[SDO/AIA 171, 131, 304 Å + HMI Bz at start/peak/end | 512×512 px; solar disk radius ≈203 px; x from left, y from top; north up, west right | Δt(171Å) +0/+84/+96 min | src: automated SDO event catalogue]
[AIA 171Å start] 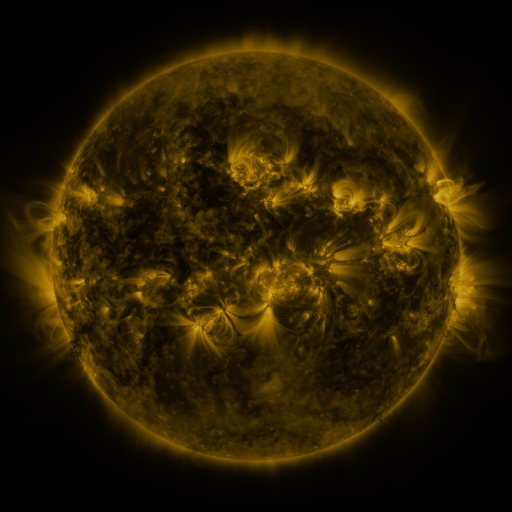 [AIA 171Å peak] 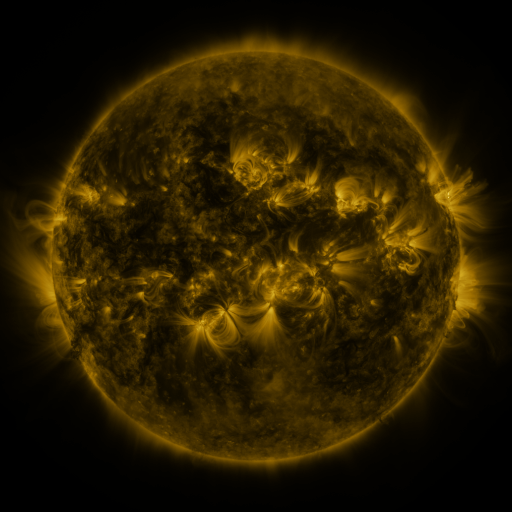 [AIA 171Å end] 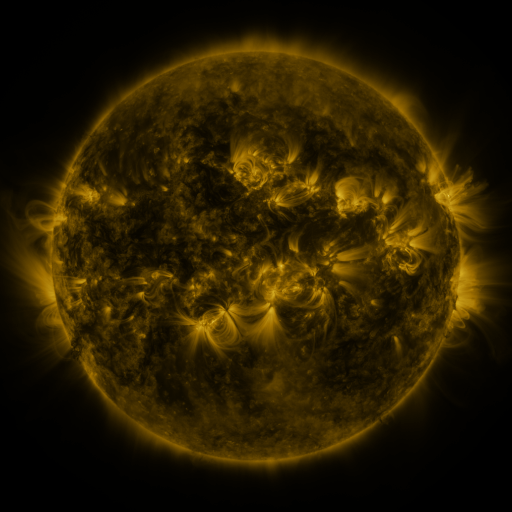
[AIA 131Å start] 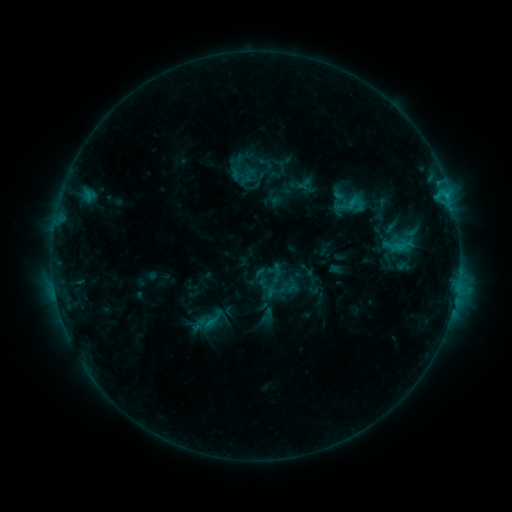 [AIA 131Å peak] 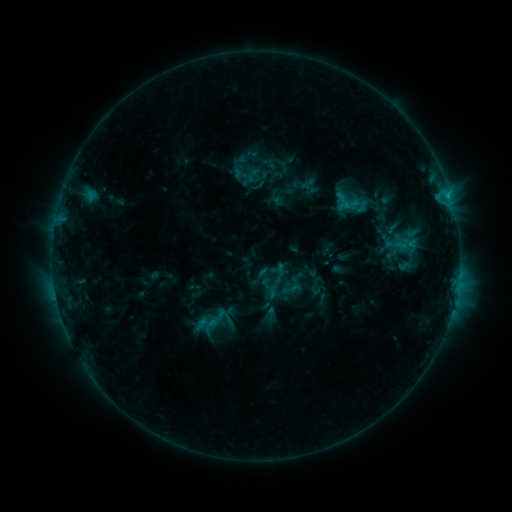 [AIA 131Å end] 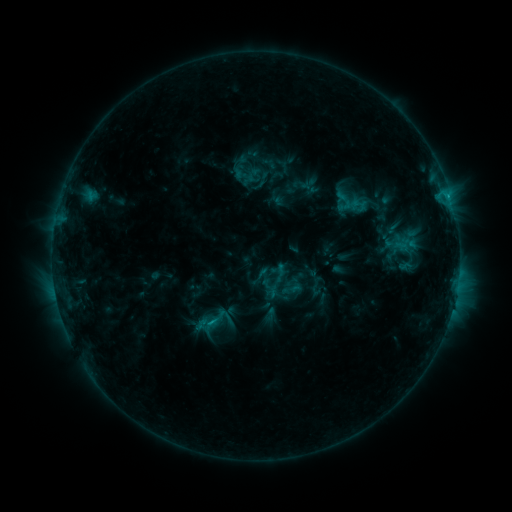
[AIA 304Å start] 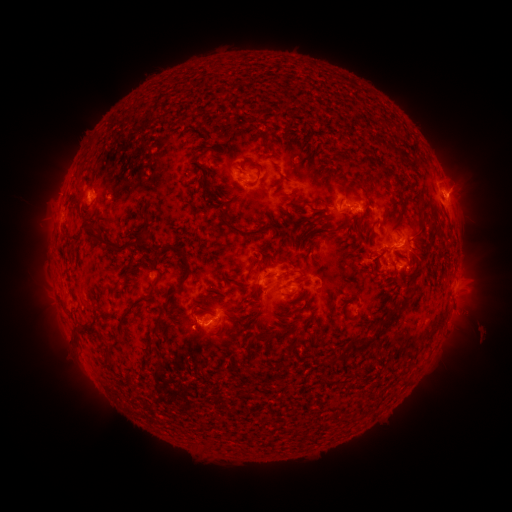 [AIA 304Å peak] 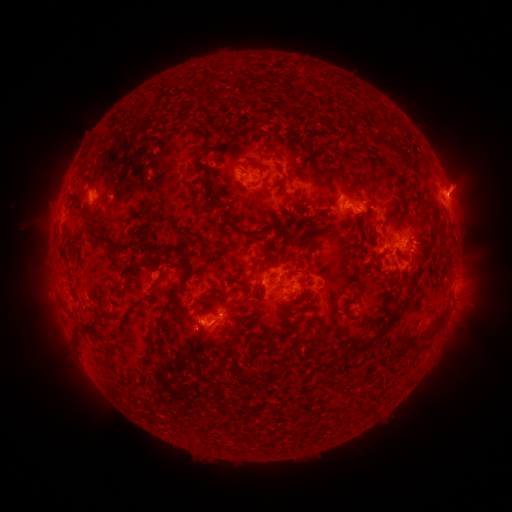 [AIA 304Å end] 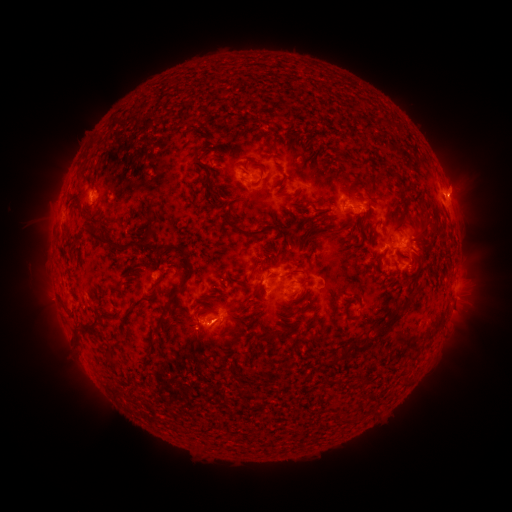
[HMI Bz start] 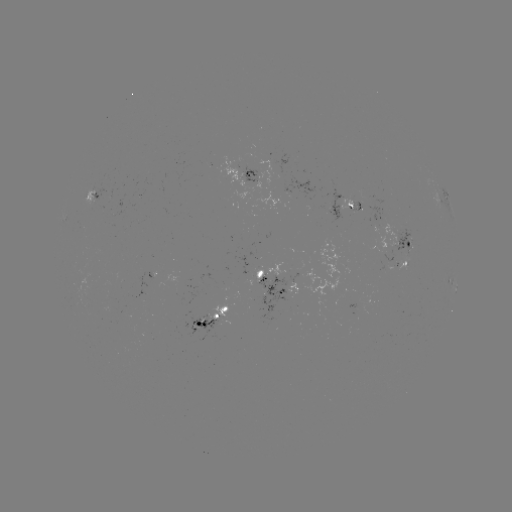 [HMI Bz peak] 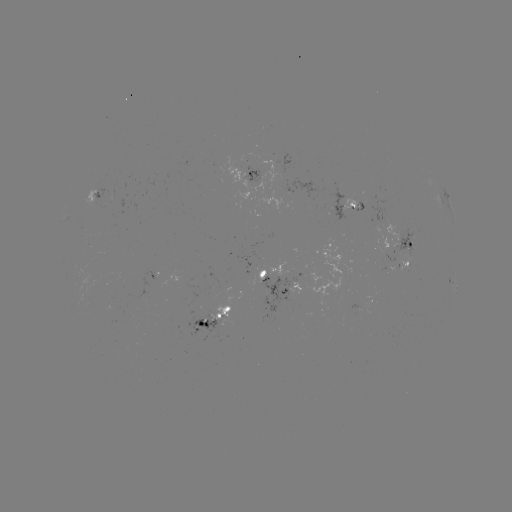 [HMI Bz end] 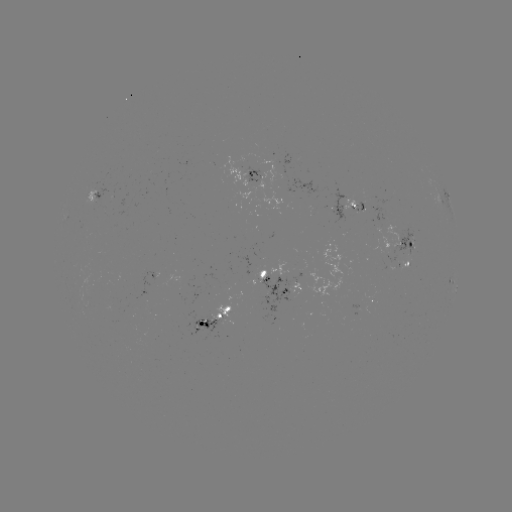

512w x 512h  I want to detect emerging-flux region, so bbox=[350, 201, 365, 213].